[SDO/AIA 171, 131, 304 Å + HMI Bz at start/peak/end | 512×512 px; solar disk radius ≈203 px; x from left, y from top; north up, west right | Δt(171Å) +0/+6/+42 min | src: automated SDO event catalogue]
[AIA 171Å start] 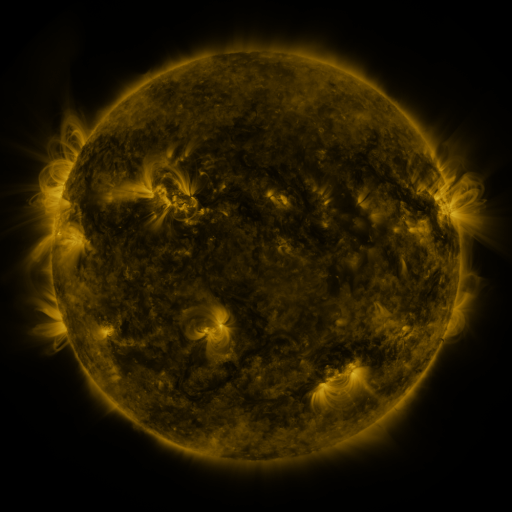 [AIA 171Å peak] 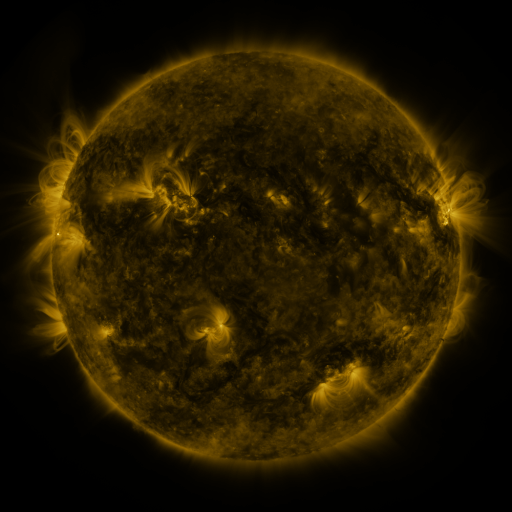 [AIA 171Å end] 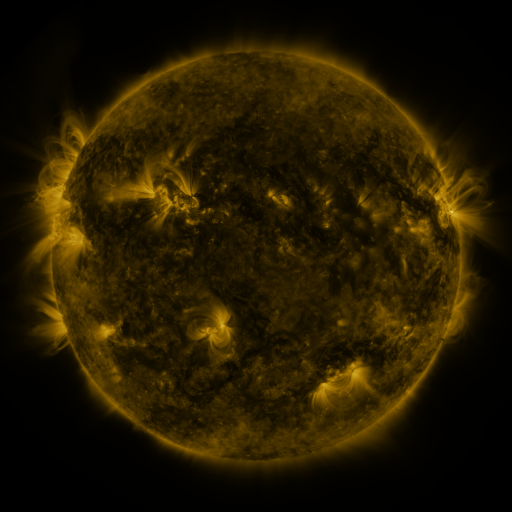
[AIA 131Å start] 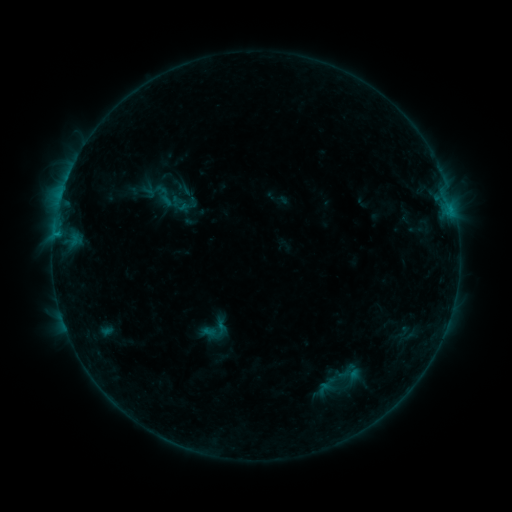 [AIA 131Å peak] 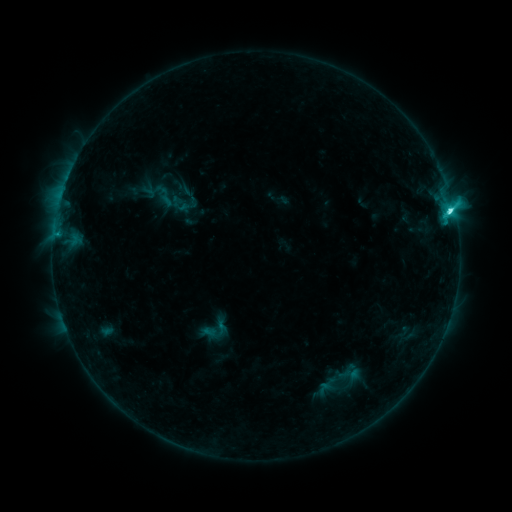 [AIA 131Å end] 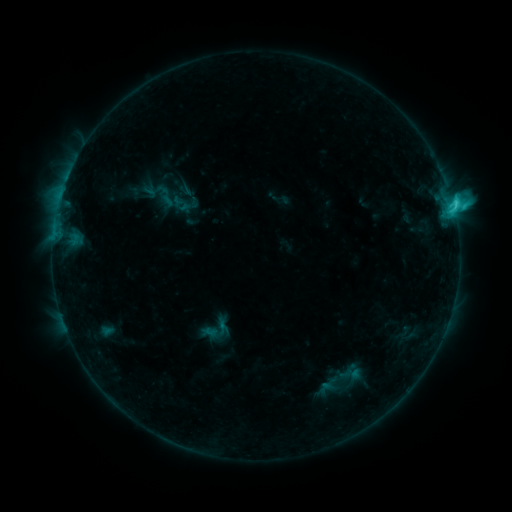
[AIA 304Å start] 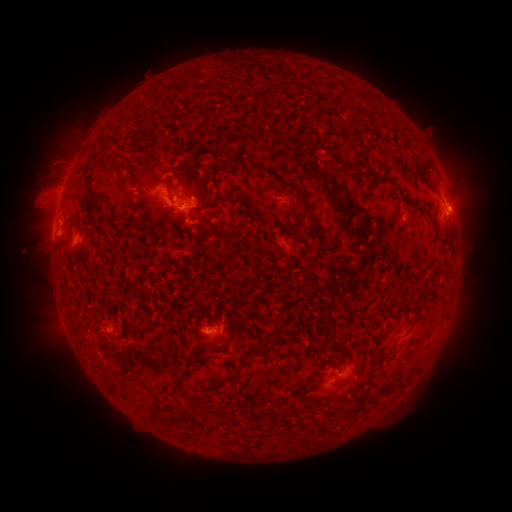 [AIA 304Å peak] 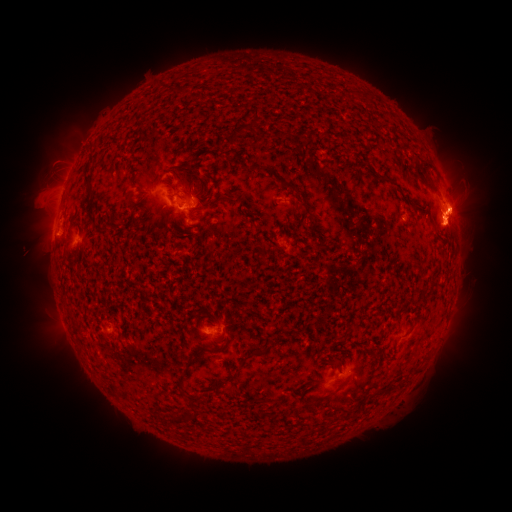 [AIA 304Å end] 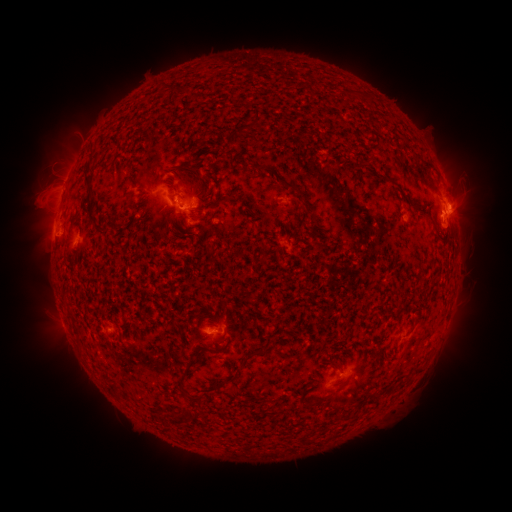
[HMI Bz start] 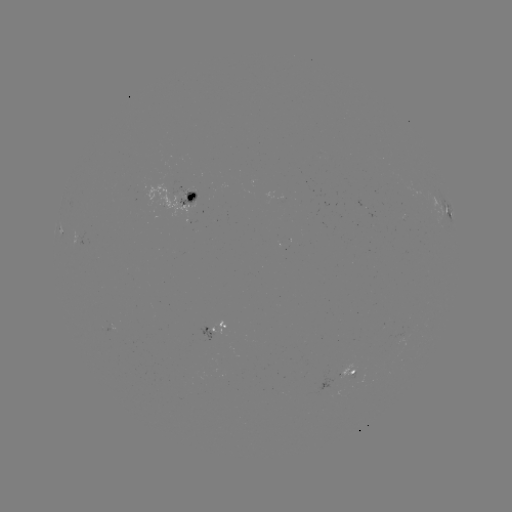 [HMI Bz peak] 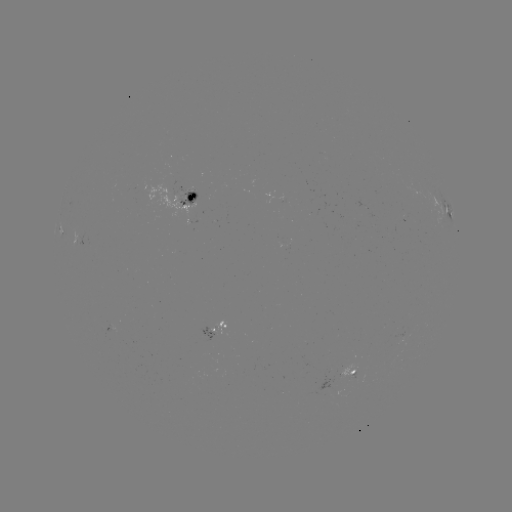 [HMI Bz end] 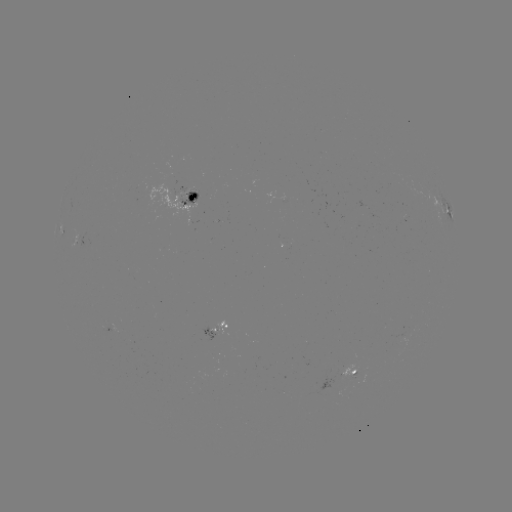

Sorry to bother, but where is C6.6 flare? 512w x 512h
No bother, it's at [449, 212].